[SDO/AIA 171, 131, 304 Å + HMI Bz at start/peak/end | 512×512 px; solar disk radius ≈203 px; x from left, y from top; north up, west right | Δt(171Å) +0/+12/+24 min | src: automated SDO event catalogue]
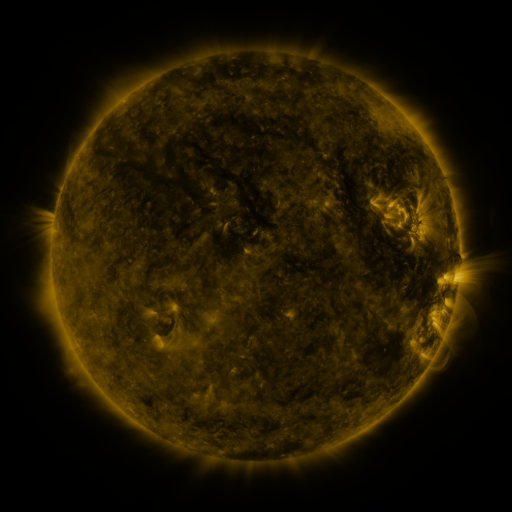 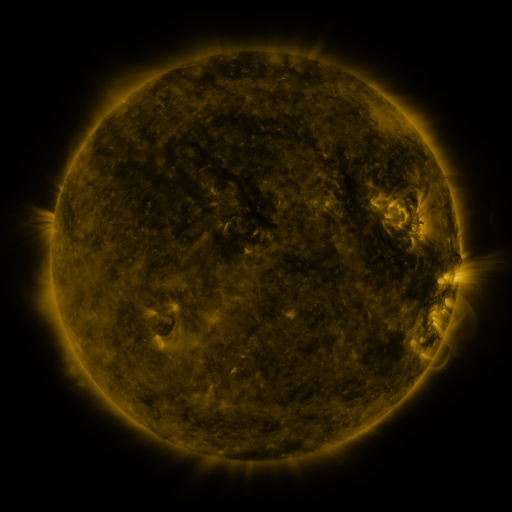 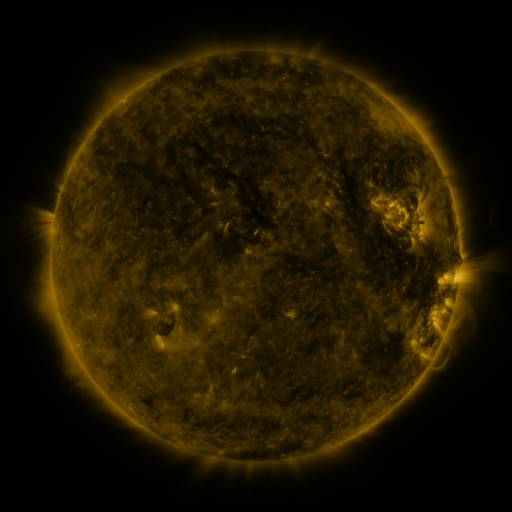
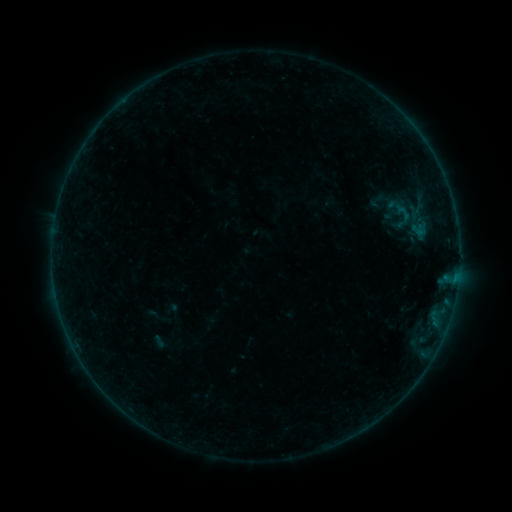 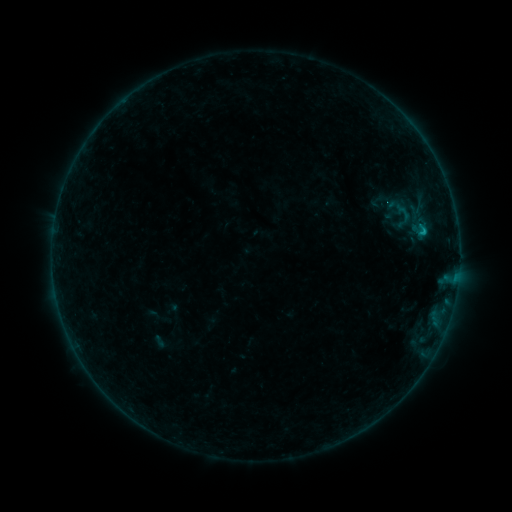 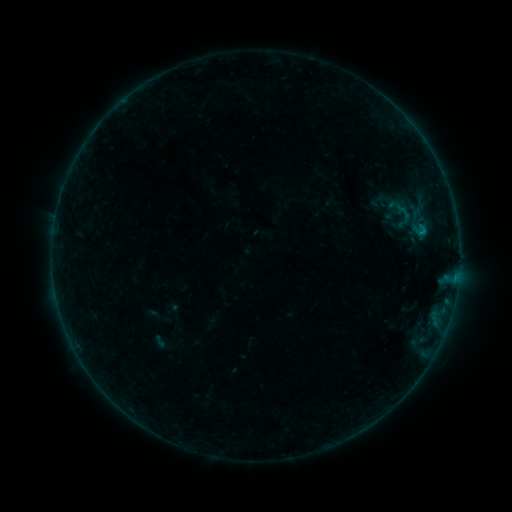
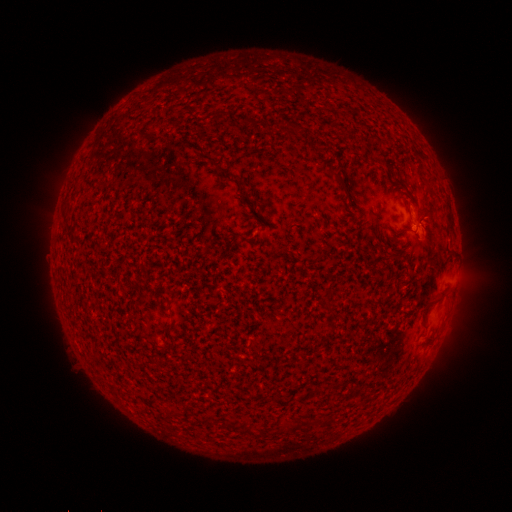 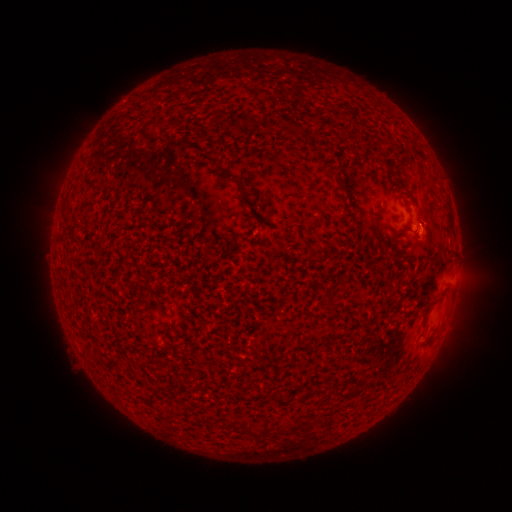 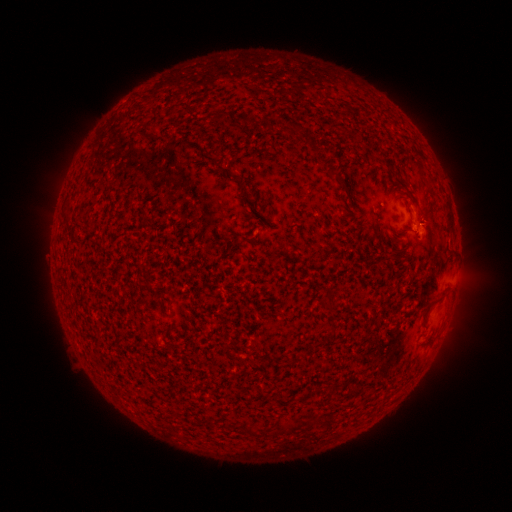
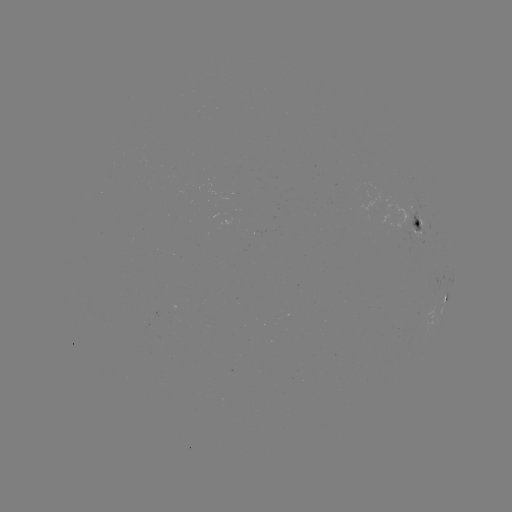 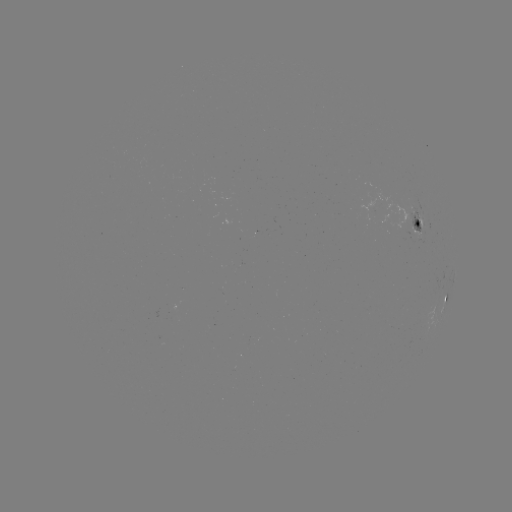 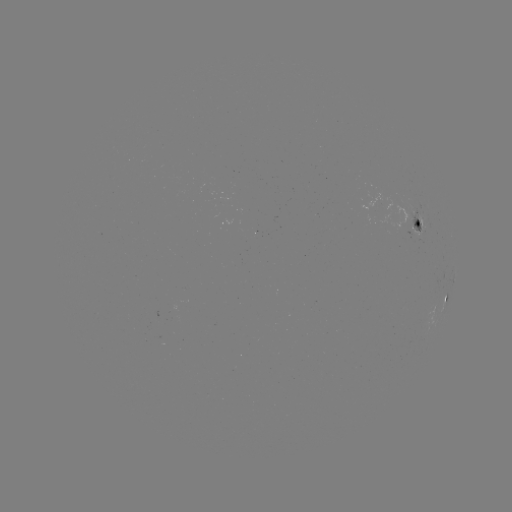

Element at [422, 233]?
B3.3 flare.